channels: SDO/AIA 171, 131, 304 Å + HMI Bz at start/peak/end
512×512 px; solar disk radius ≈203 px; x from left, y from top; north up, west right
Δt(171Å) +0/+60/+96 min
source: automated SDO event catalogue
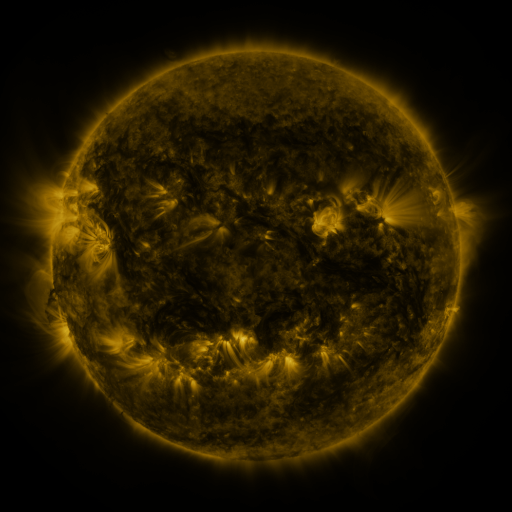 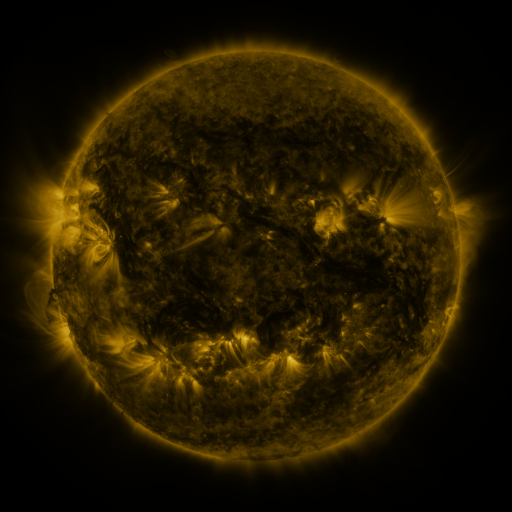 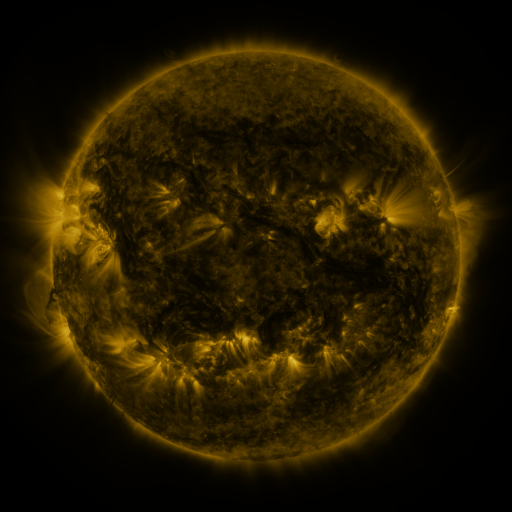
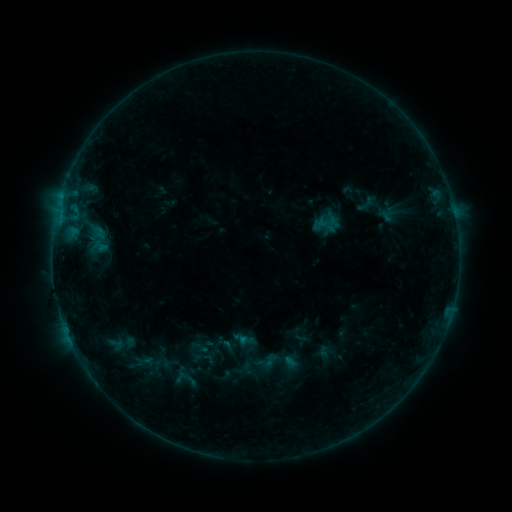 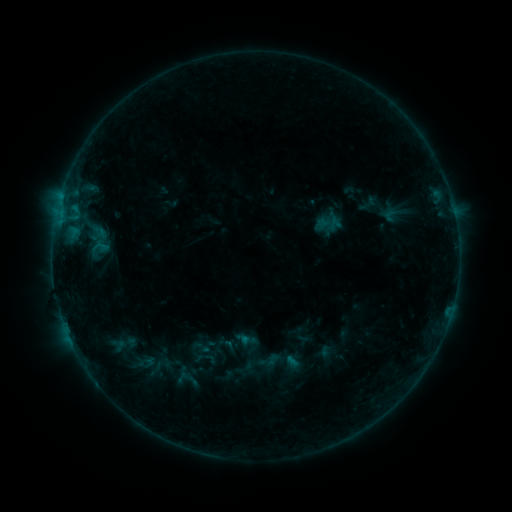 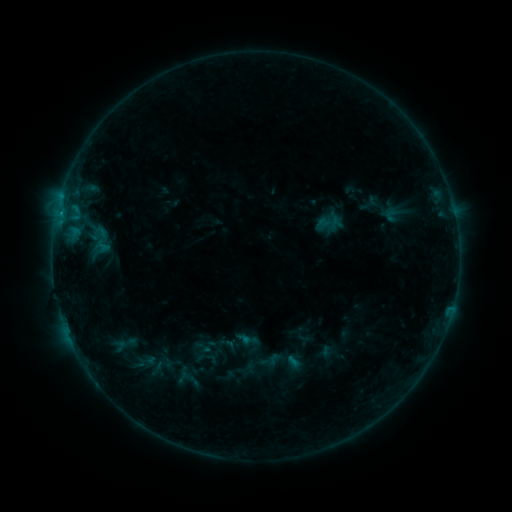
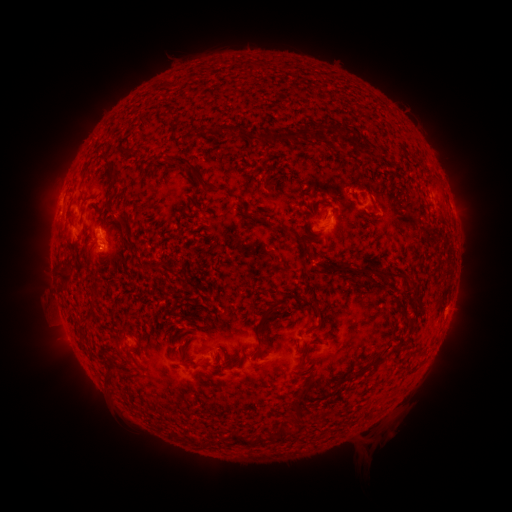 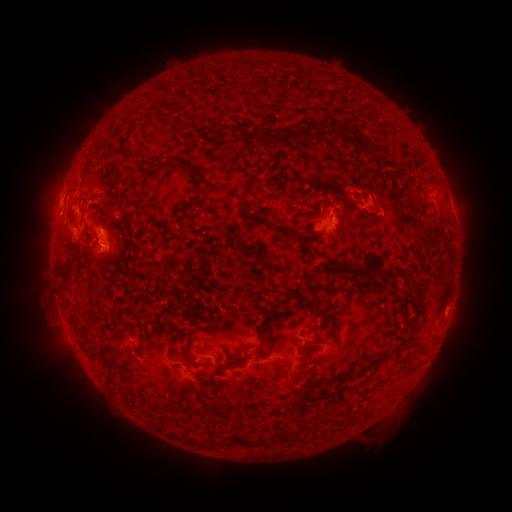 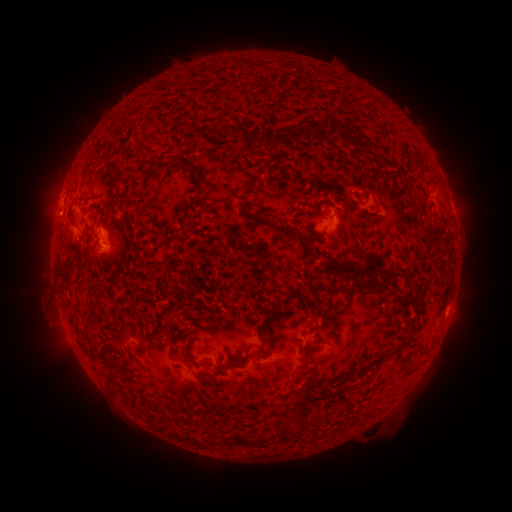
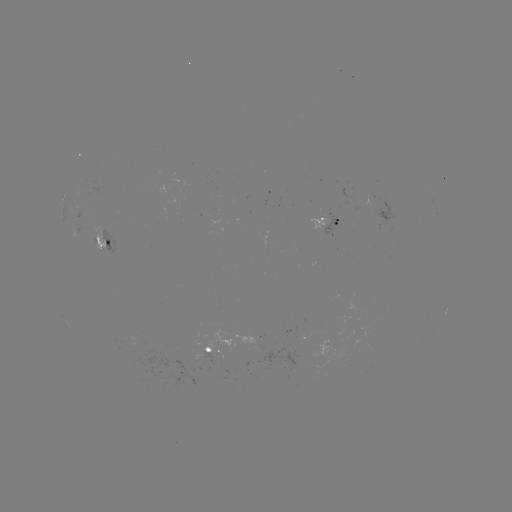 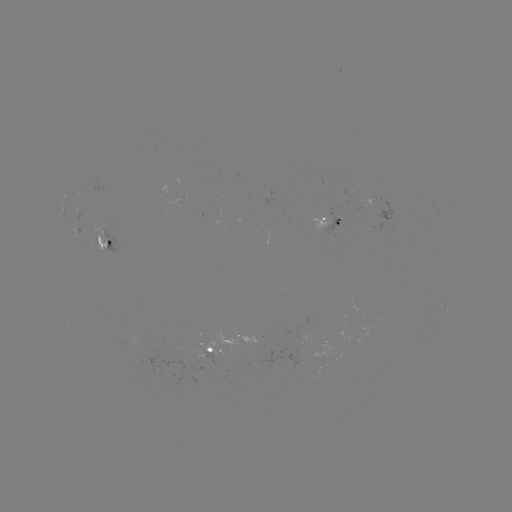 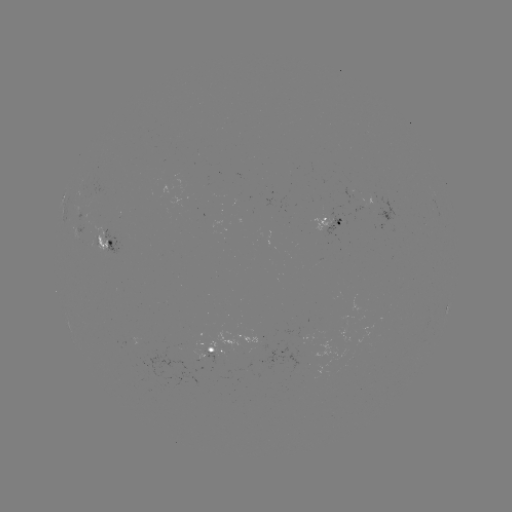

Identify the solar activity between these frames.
emerging-flux region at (101, 242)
